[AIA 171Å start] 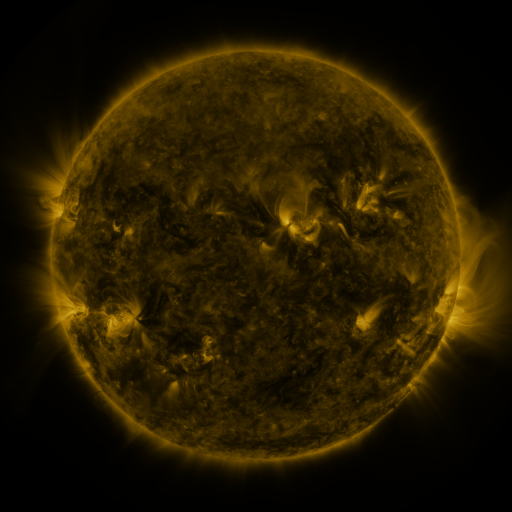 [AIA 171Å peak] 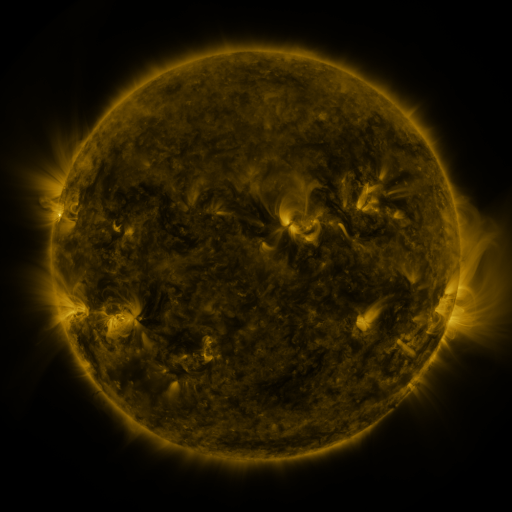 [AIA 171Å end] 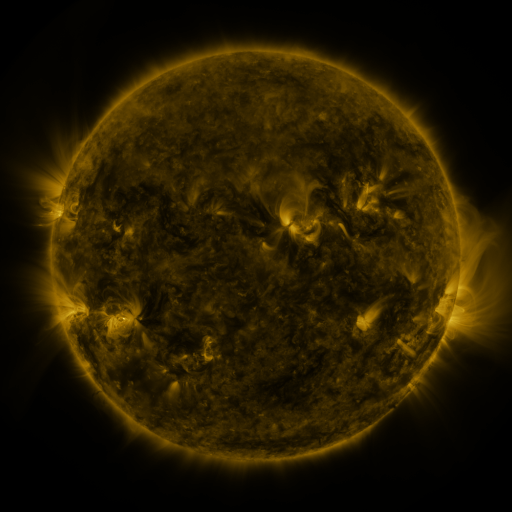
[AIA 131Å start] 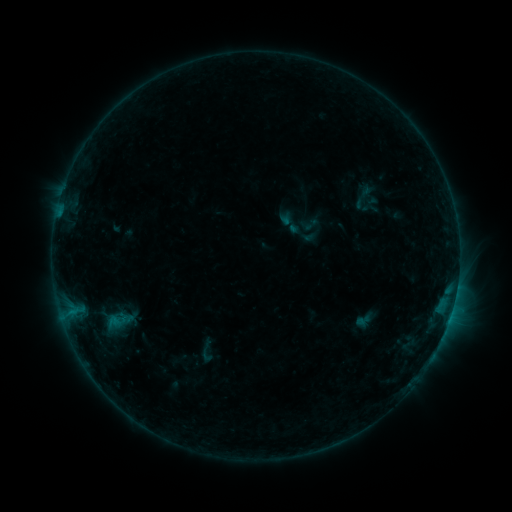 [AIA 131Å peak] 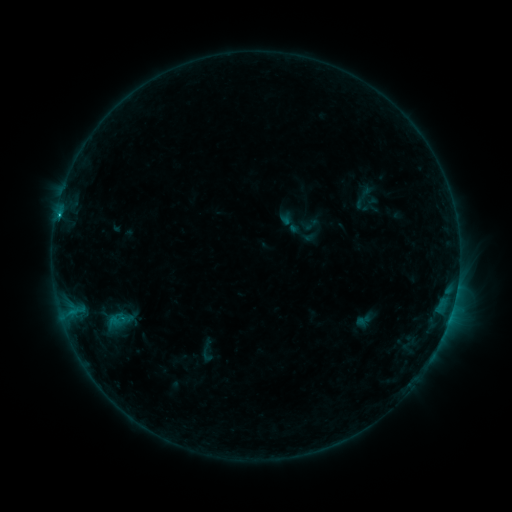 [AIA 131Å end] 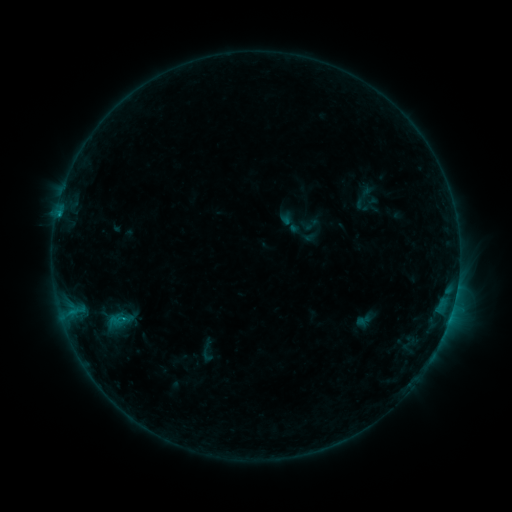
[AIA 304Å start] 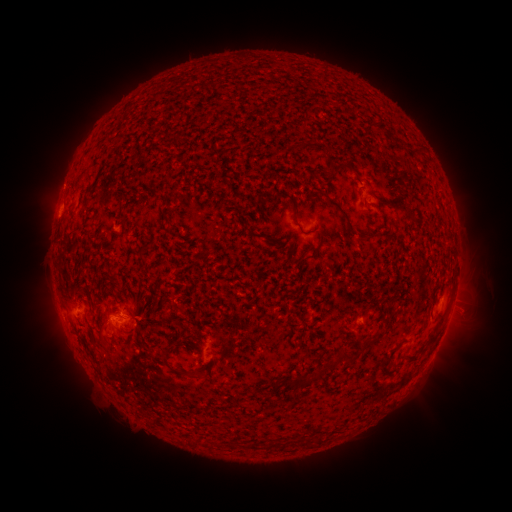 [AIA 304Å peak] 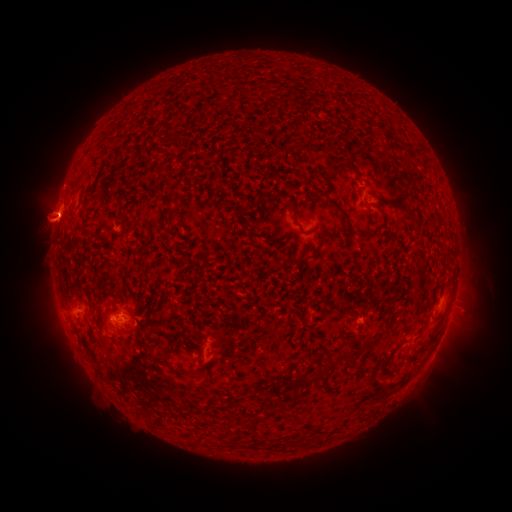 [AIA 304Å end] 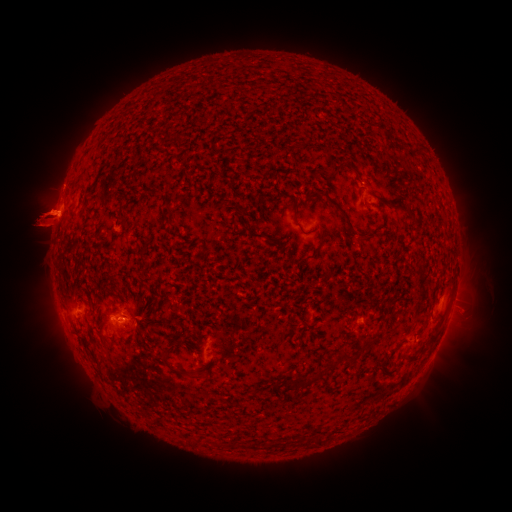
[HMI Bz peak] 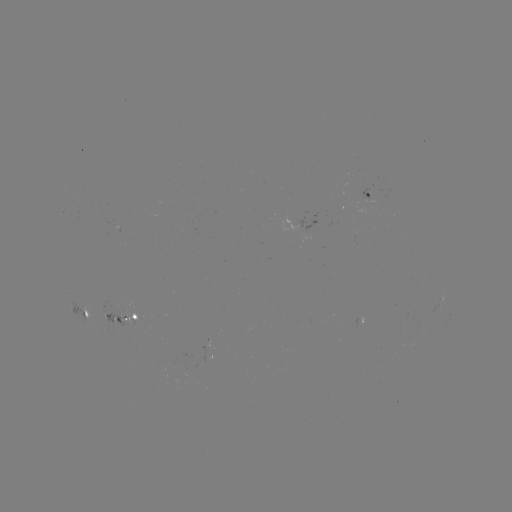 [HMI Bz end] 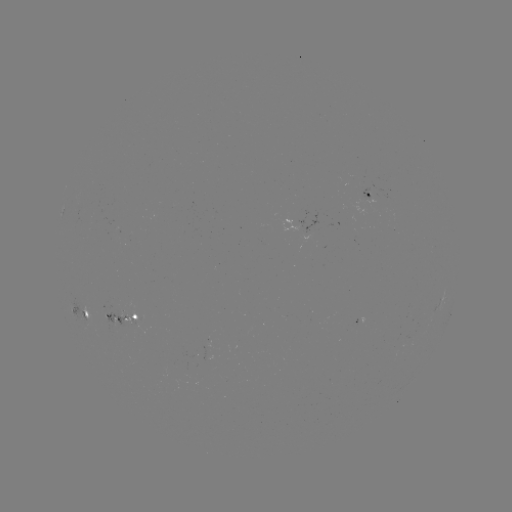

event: flare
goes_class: B7.4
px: (60, 218)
